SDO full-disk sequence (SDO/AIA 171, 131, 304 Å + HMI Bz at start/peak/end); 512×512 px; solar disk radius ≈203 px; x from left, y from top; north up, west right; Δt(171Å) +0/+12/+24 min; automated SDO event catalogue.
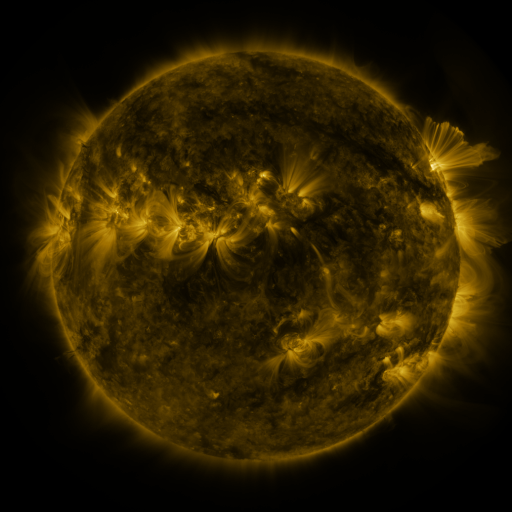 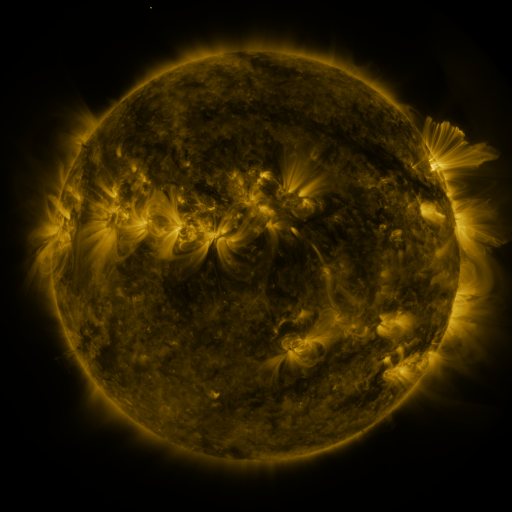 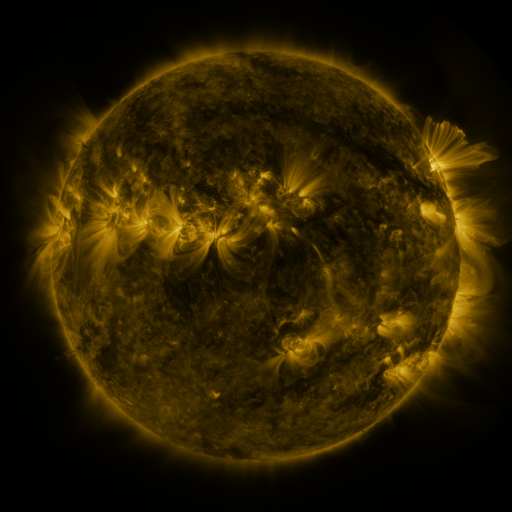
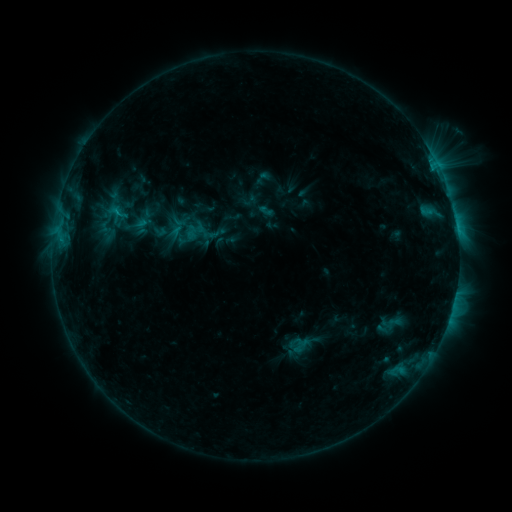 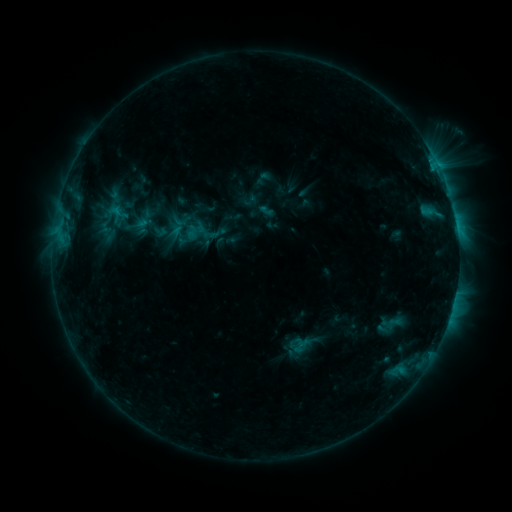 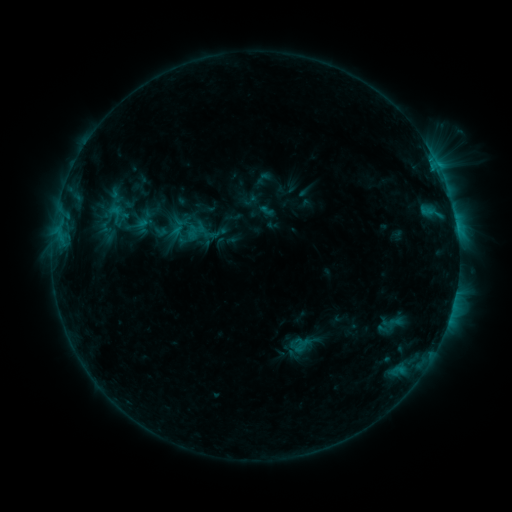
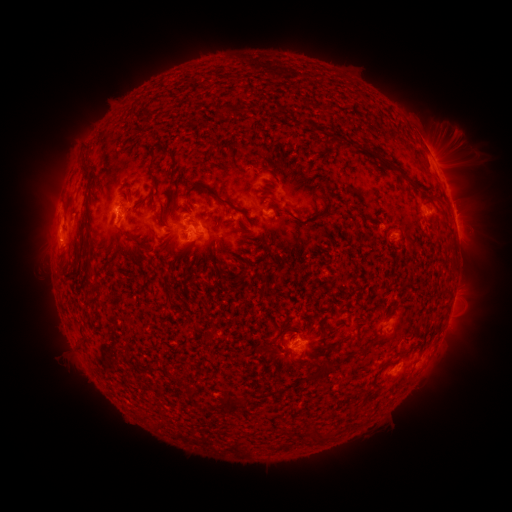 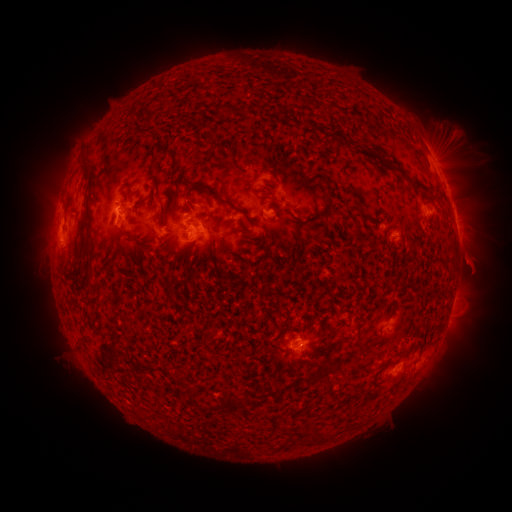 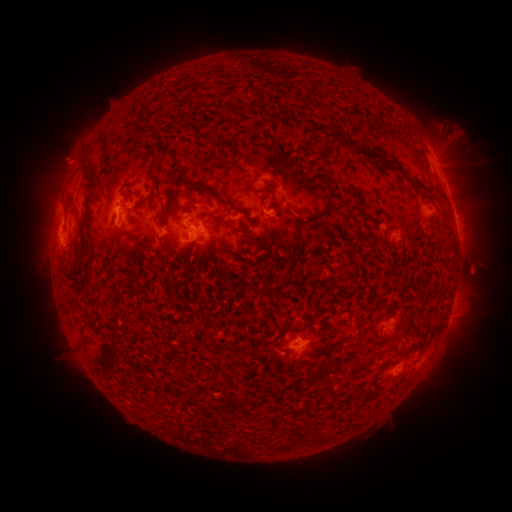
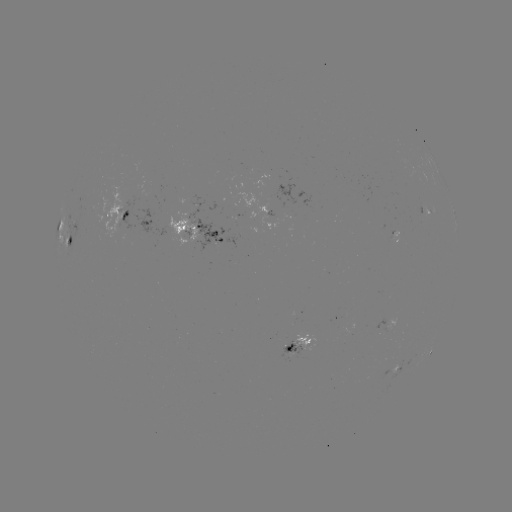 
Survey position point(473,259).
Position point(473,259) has eruption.